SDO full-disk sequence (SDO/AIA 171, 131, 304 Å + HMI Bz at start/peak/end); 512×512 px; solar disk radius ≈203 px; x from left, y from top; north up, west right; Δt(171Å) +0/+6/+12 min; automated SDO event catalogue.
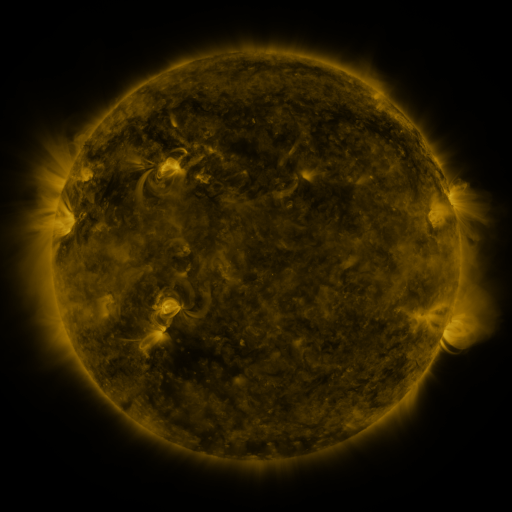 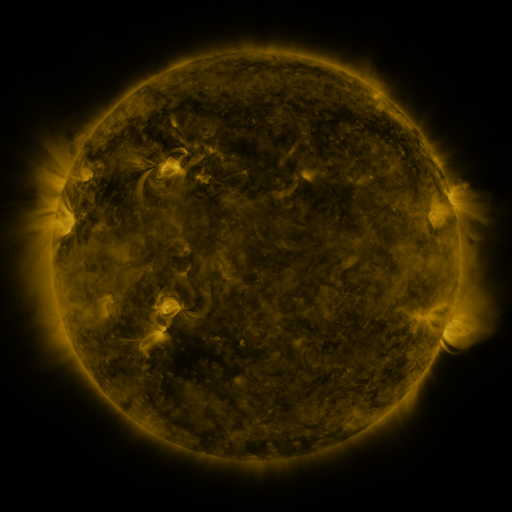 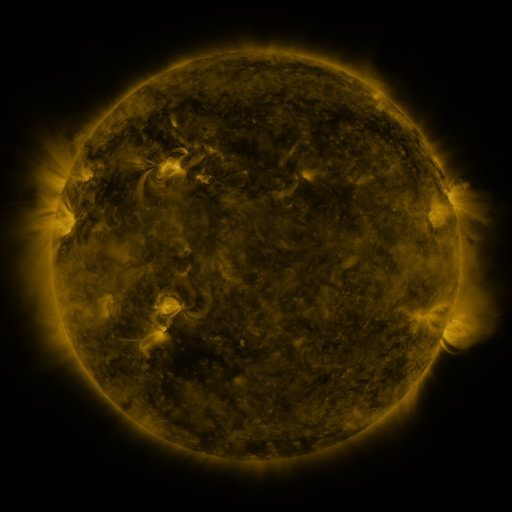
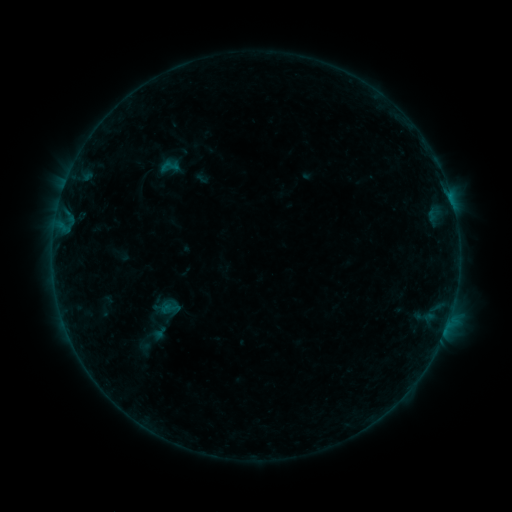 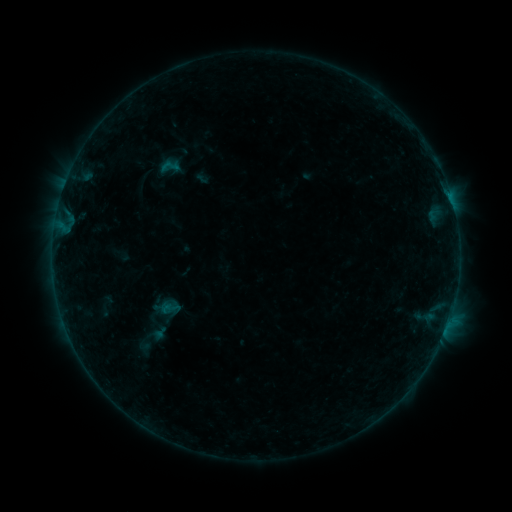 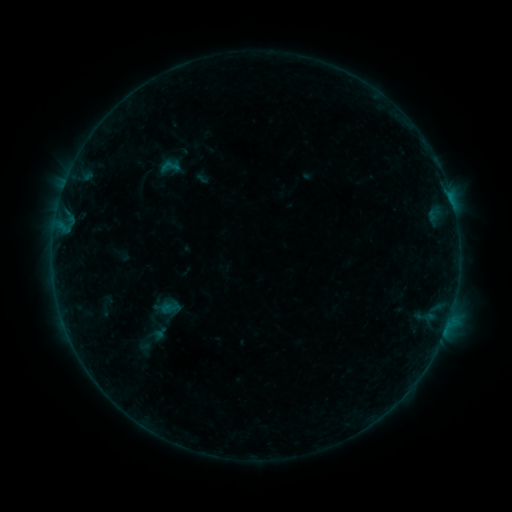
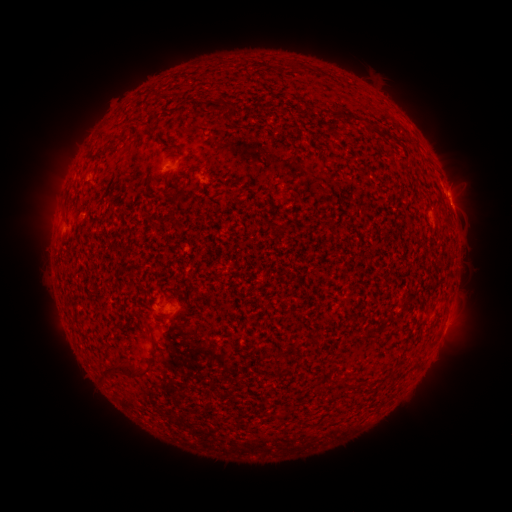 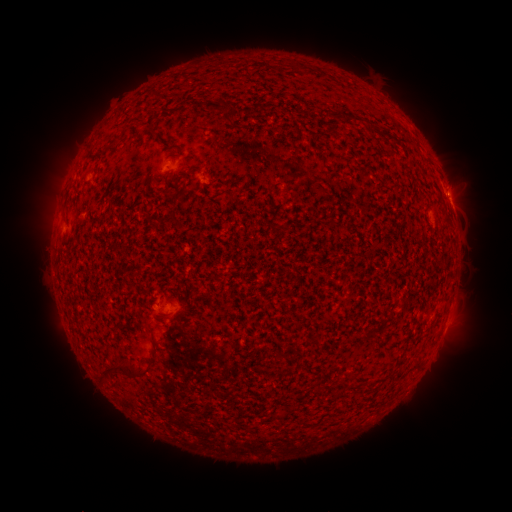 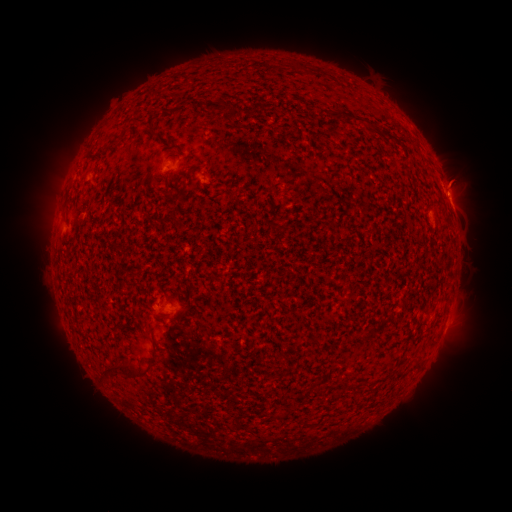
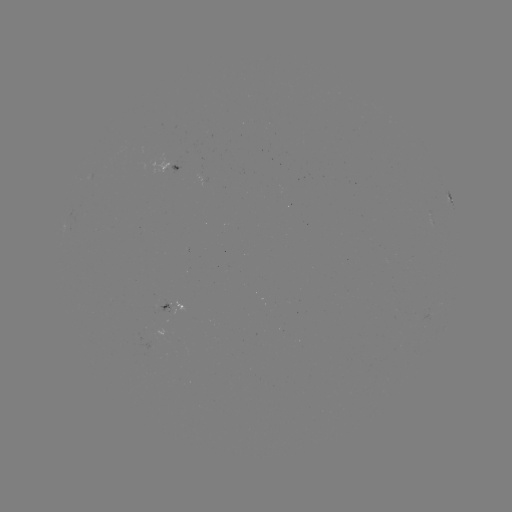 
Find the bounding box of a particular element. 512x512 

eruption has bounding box [433, 152, 485, 200].